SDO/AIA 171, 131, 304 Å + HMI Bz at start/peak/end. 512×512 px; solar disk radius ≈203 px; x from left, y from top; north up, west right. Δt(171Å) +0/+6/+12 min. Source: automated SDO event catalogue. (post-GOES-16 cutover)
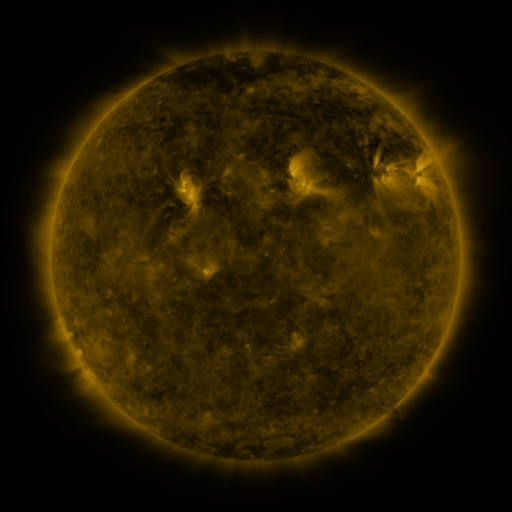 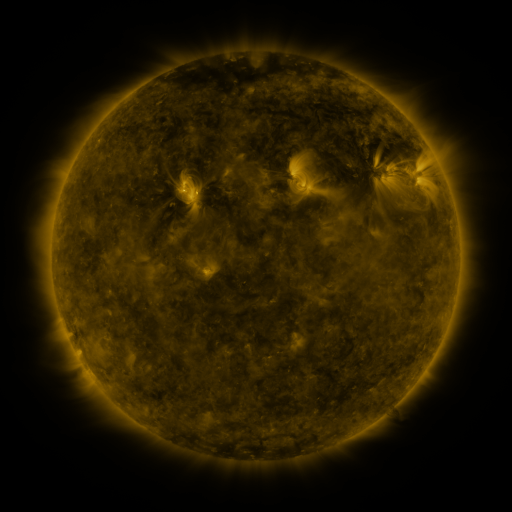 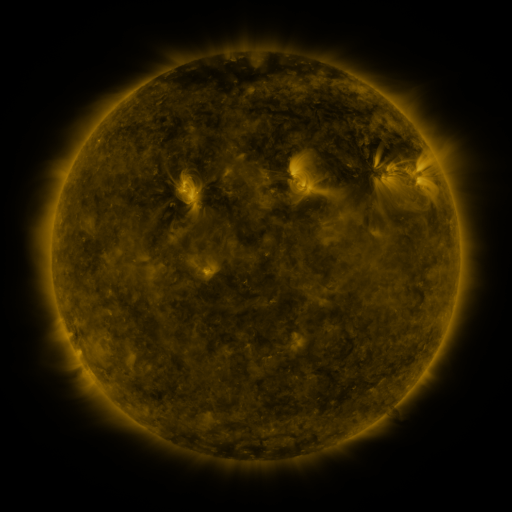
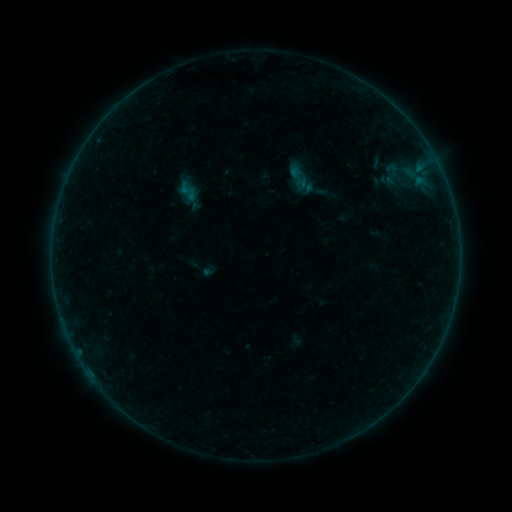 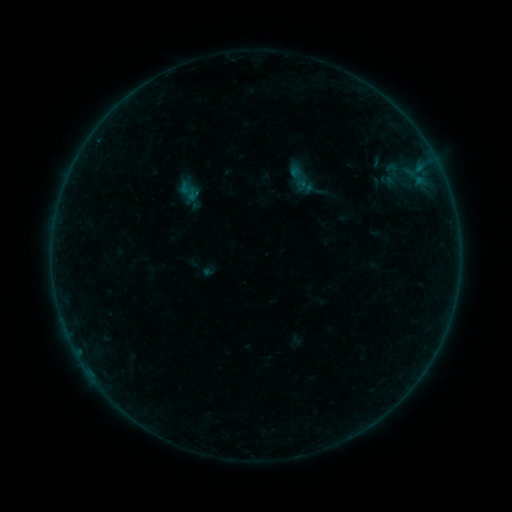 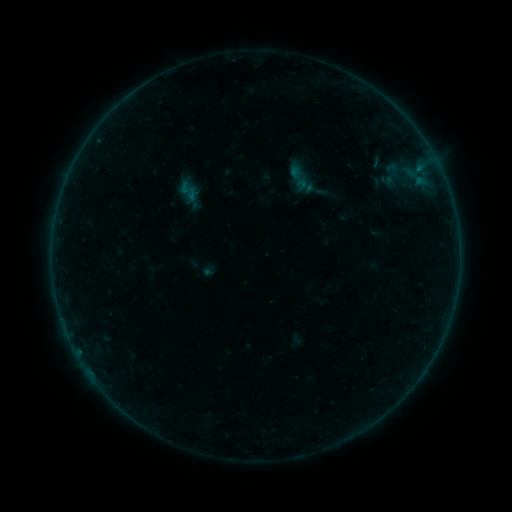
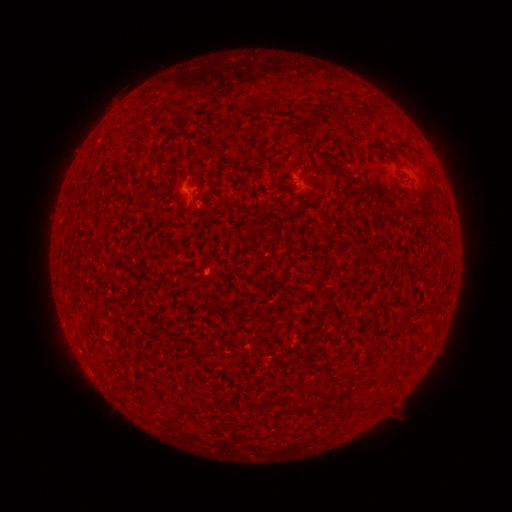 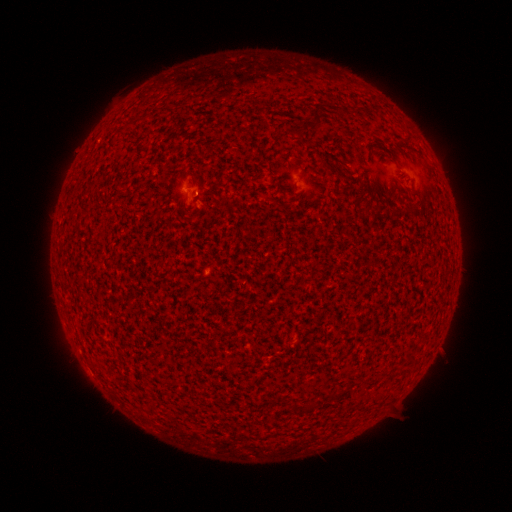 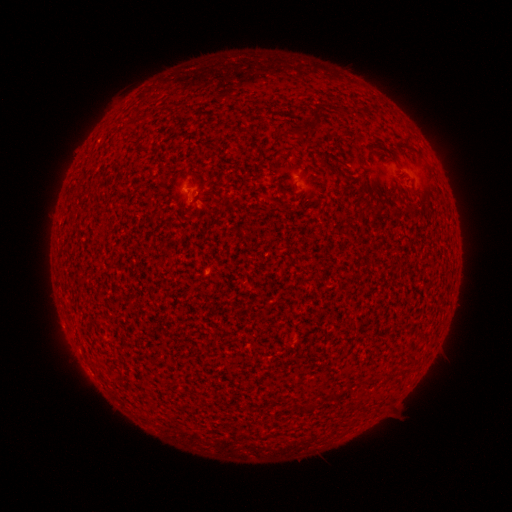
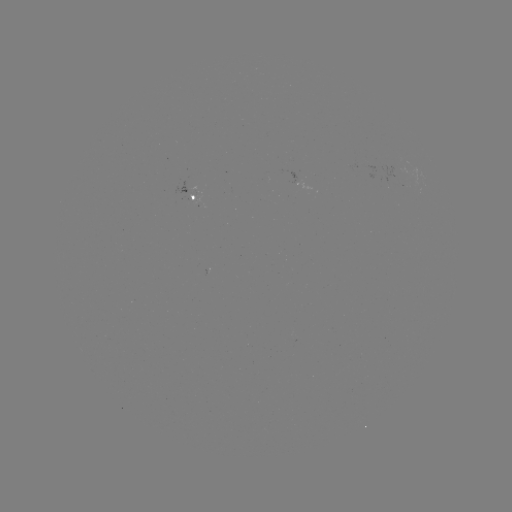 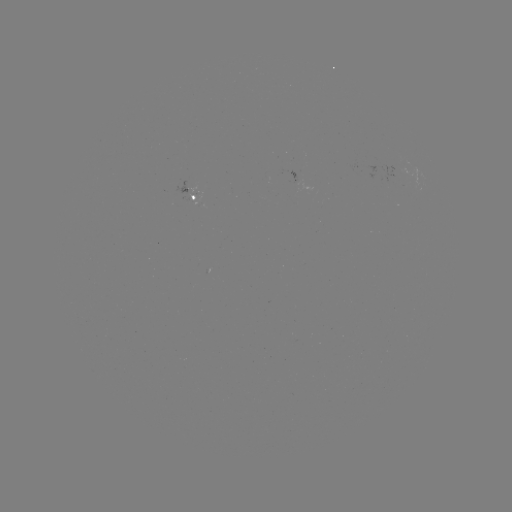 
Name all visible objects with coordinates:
A5.3 flare: (197, 196)
